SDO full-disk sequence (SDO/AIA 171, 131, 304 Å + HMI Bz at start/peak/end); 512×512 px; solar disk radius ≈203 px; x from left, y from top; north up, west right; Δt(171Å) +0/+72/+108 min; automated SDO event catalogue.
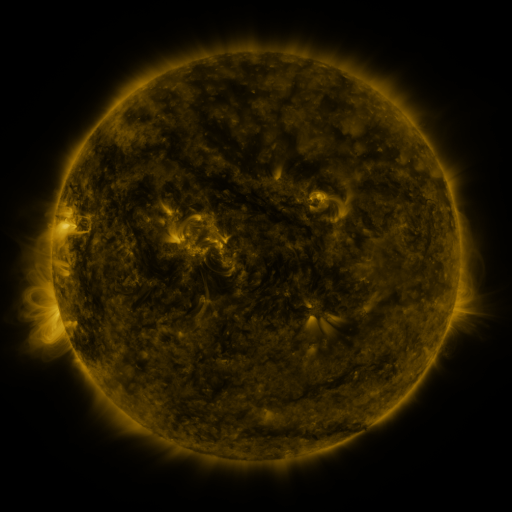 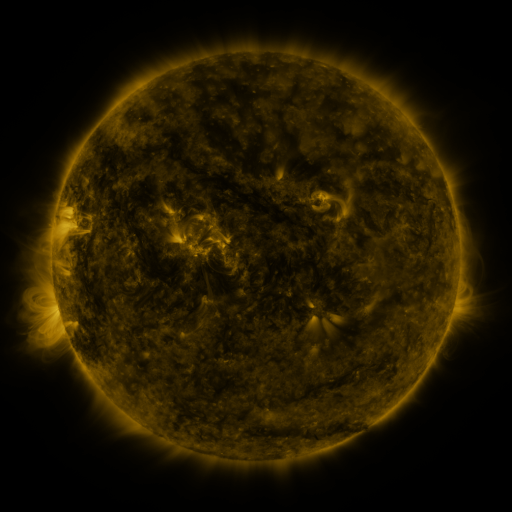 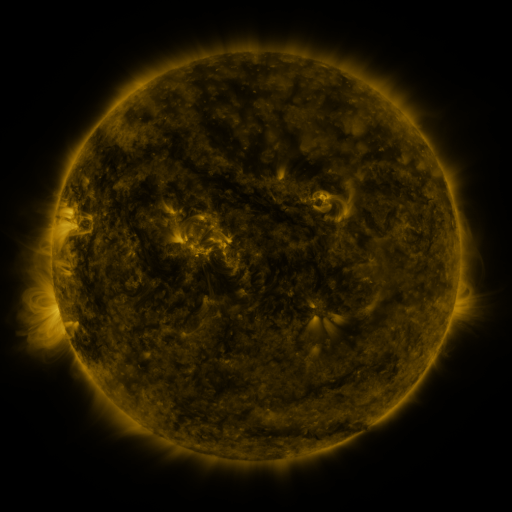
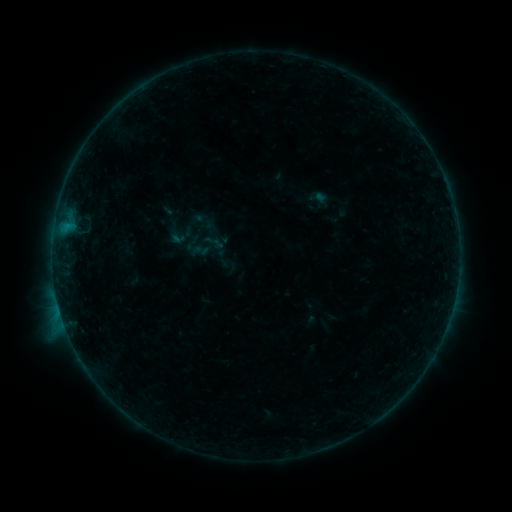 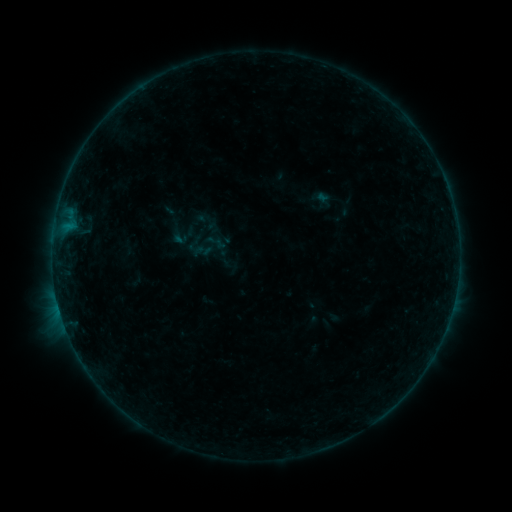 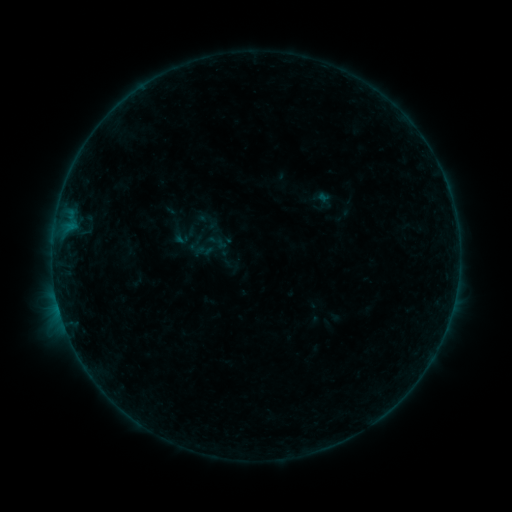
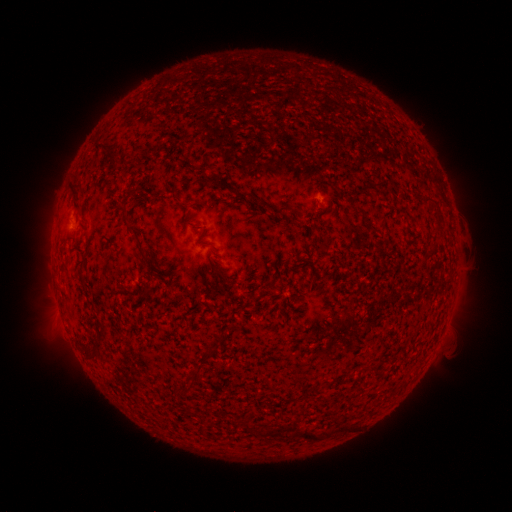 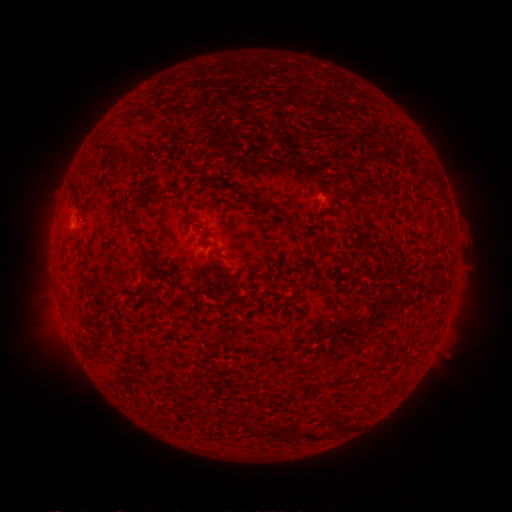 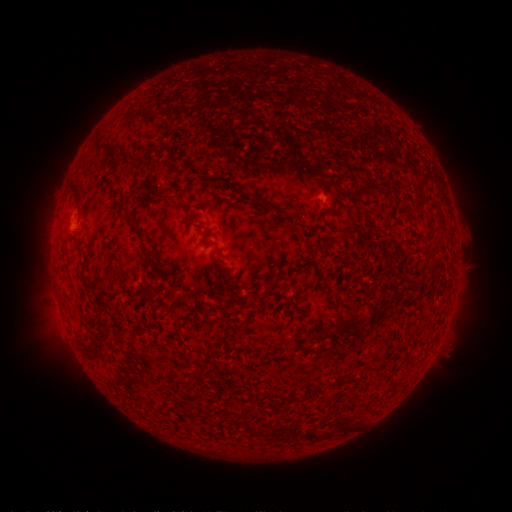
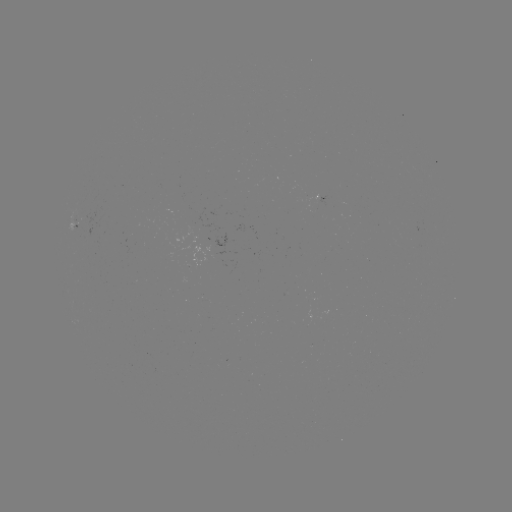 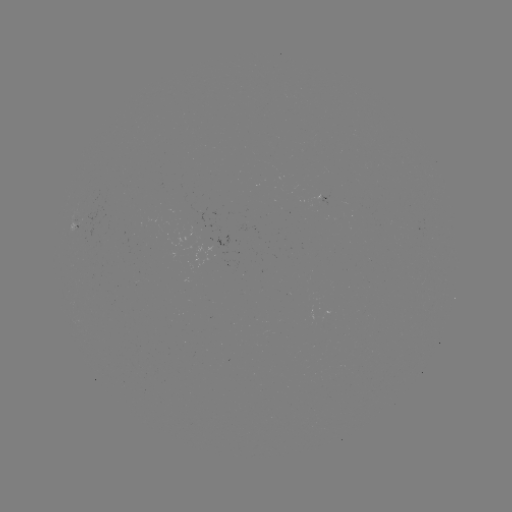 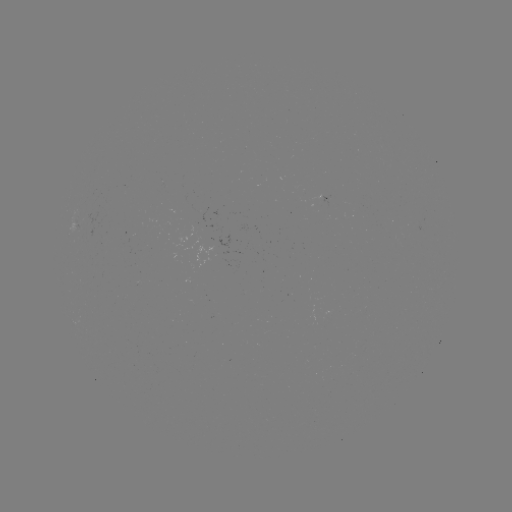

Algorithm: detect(emerging-flux region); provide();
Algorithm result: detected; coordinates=(201, 213)